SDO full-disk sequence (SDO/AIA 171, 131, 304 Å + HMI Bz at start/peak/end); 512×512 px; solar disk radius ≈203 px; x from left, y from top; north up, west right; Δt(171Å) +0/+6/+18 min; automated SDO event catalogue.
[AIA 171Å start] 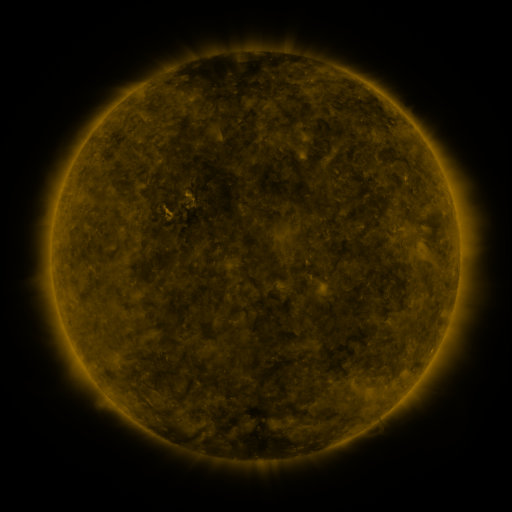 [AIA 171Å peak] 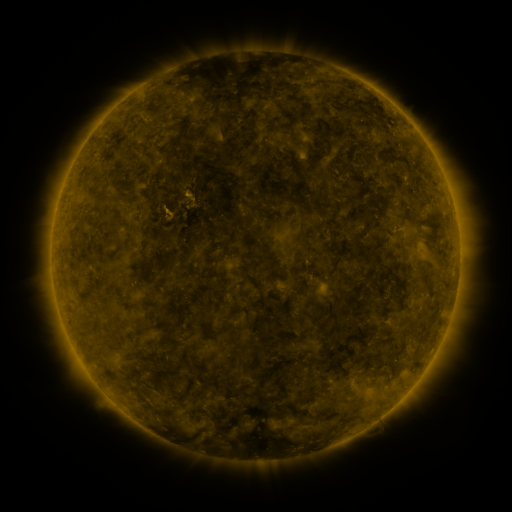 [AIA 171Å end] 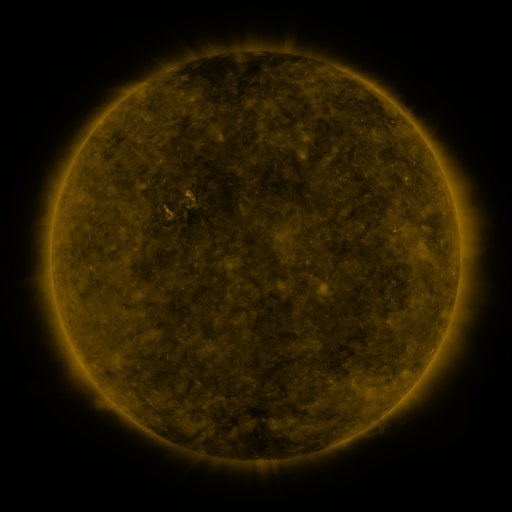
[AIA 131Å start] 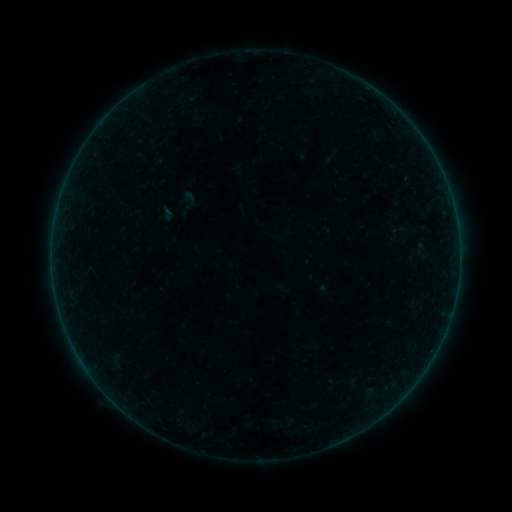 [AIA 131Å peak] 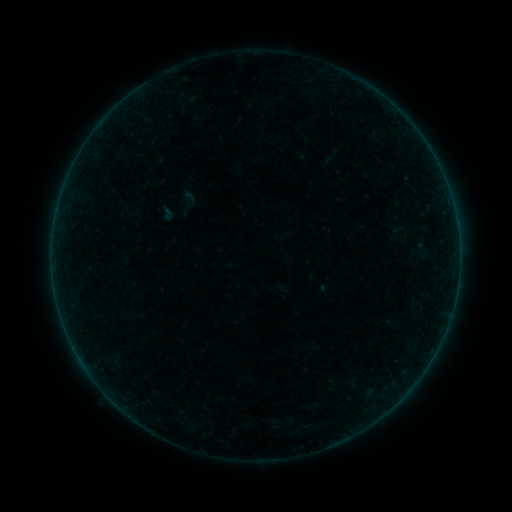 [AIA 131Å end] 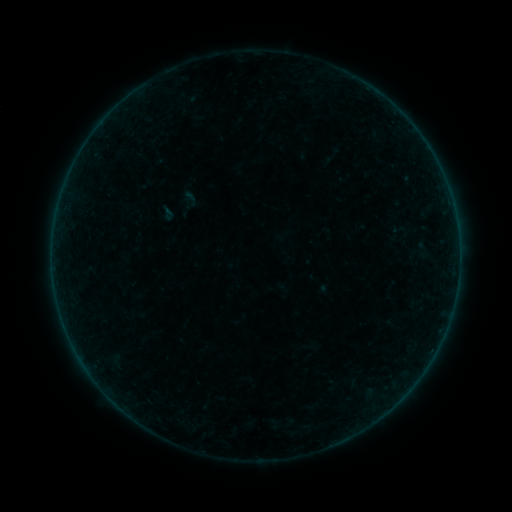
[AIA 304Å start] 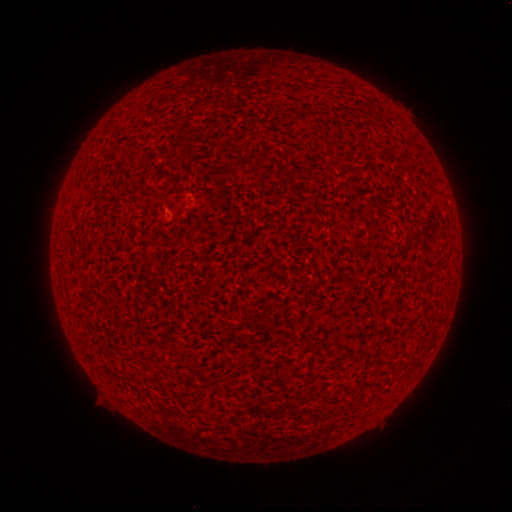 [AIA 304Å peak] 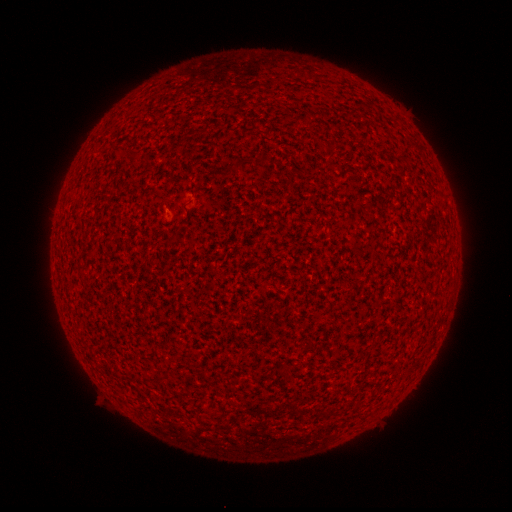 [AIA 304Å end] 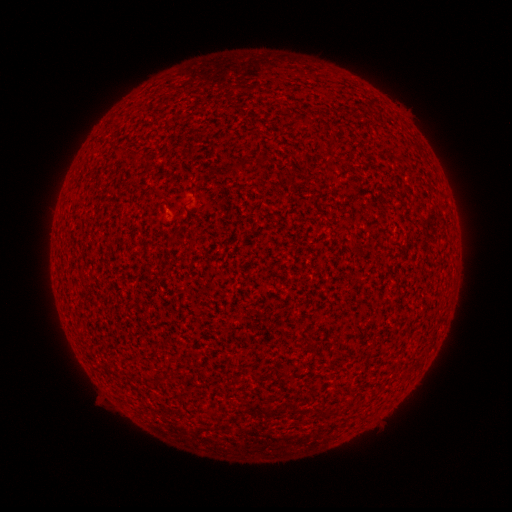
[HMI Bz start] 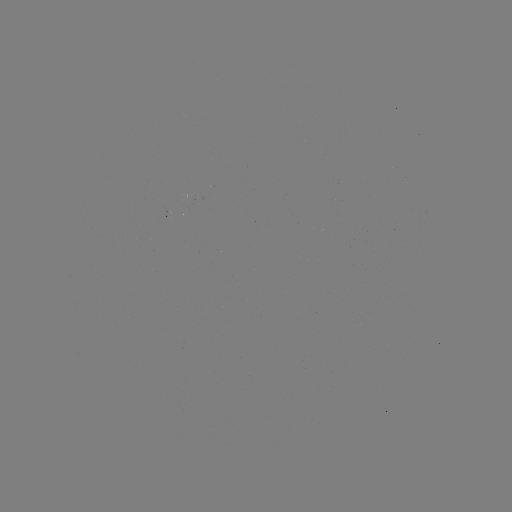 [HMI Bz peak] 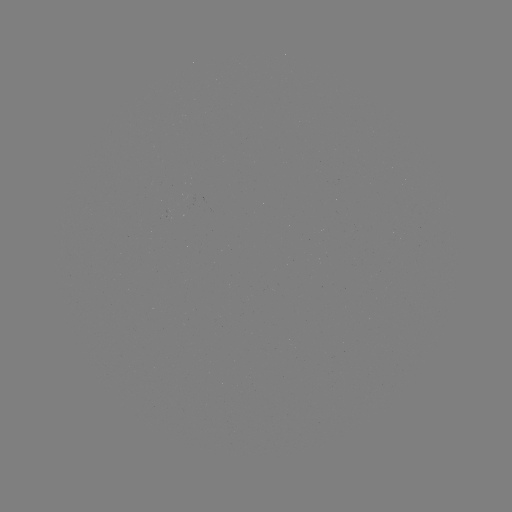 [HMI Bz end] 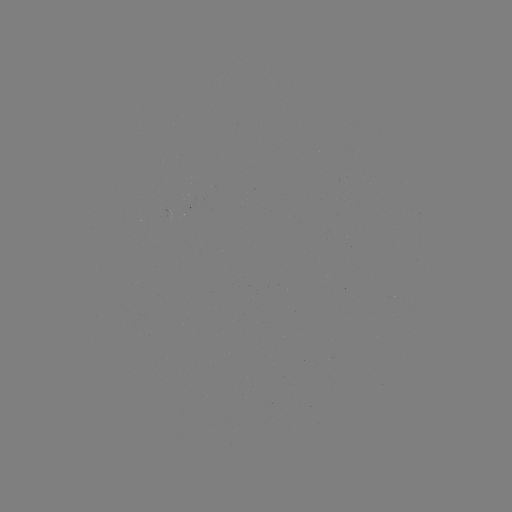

no catalogued flare and no flagged EUV brightening in this window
